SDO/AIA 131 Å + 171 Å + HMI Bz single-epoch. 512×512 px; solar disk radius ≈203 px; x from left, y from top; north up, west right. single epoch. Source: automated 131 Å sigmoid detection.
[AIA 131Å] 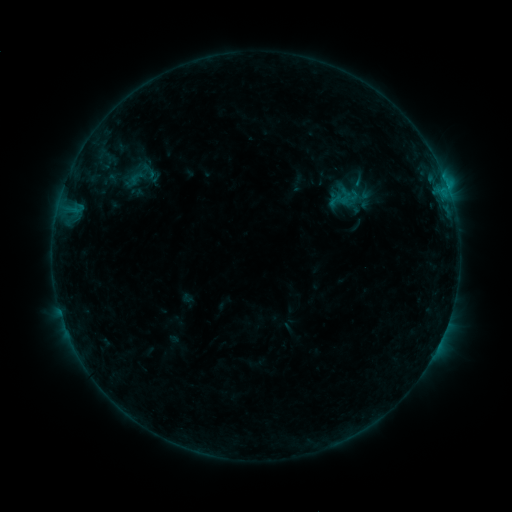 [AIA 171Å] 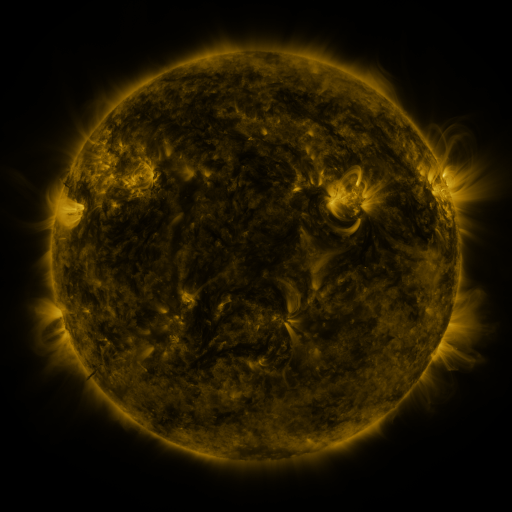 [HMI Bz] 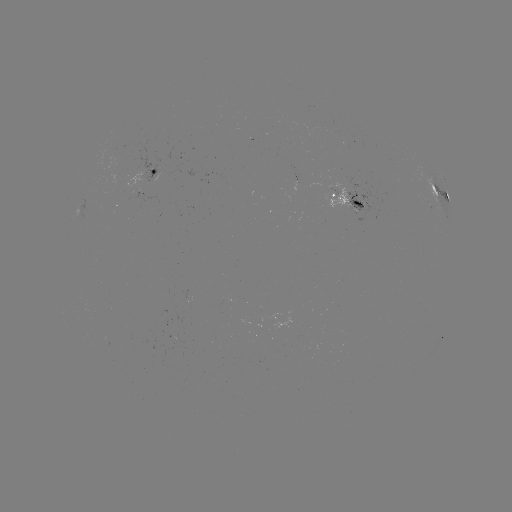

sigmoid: <bbox>127, 169, 145, 186</bbox>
